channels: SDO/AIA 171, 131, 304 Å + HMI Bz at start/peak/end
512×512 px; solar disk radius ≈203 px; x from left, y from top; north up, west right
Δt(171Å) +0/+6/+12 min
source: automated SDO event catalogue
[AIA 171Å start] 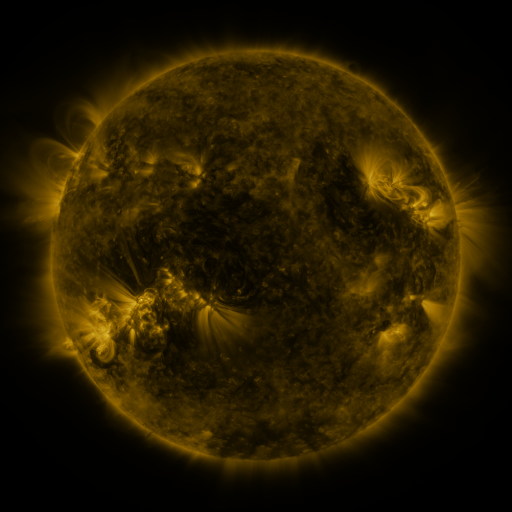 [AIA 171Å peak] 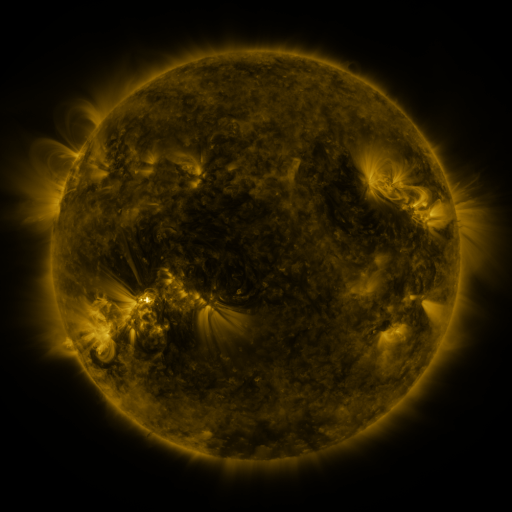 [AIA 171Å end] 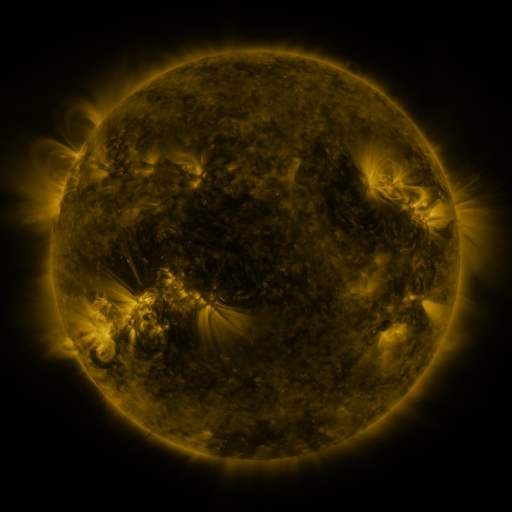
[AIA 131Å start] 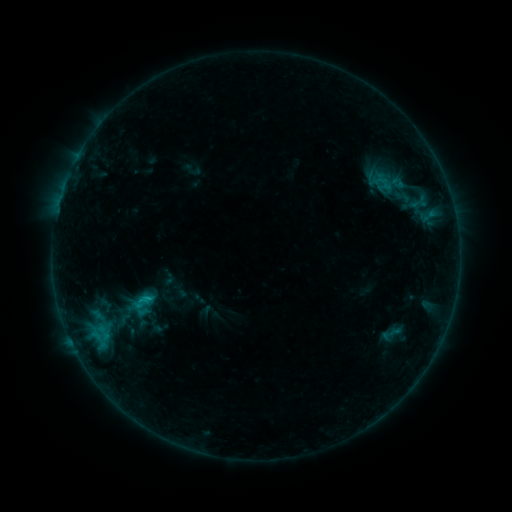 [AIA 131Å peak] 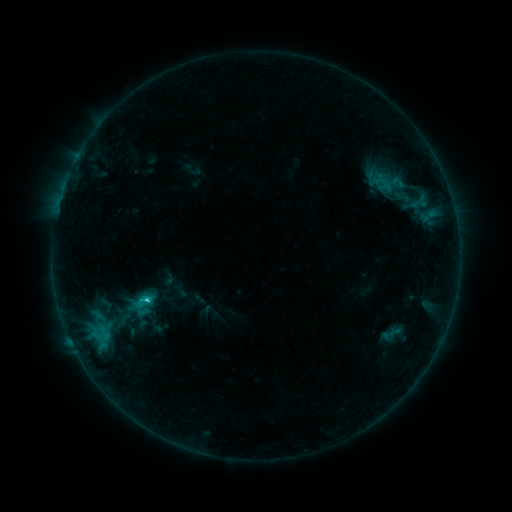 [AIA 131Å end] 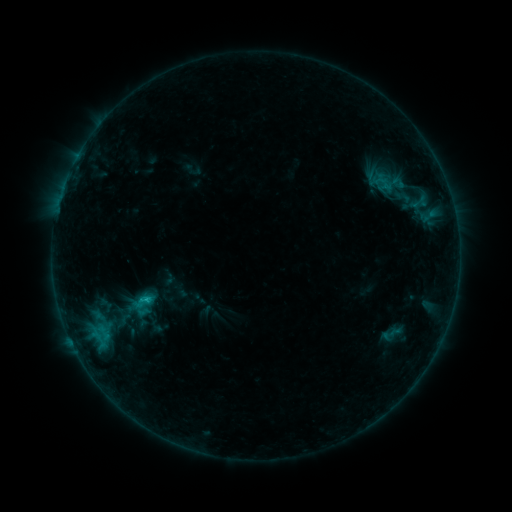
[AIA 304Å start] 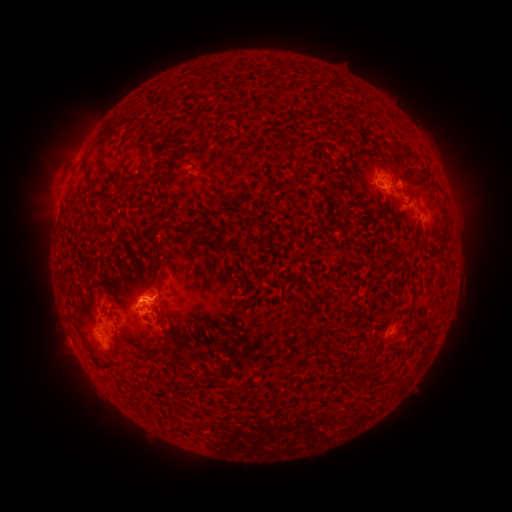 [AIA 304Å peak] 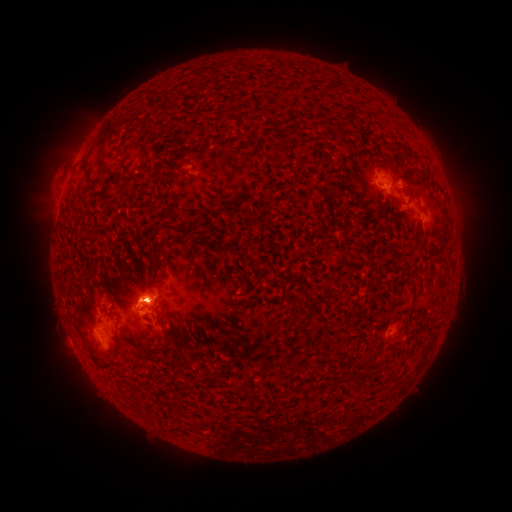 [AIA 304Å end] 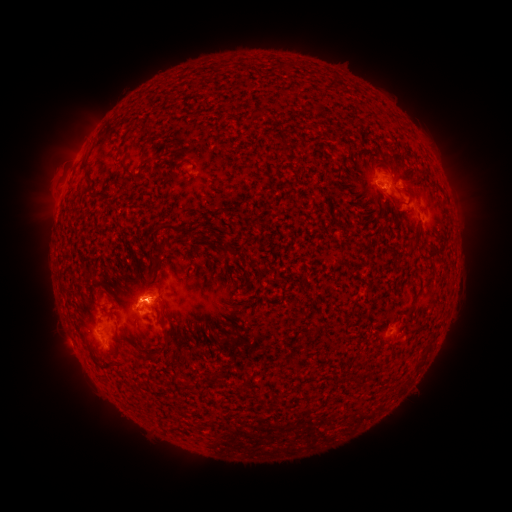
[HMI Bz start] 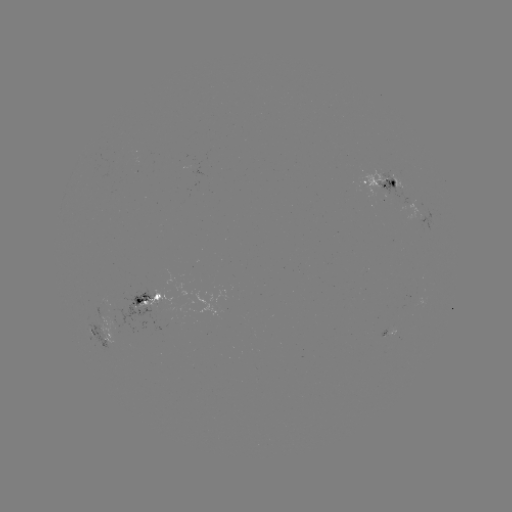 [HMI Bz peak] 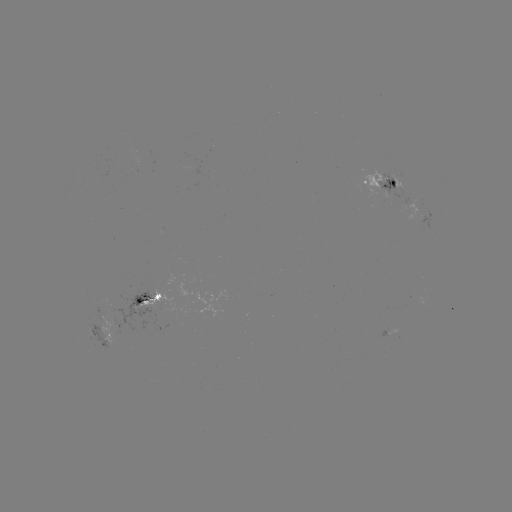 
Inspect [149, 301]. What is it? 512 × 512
C1.3 flare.